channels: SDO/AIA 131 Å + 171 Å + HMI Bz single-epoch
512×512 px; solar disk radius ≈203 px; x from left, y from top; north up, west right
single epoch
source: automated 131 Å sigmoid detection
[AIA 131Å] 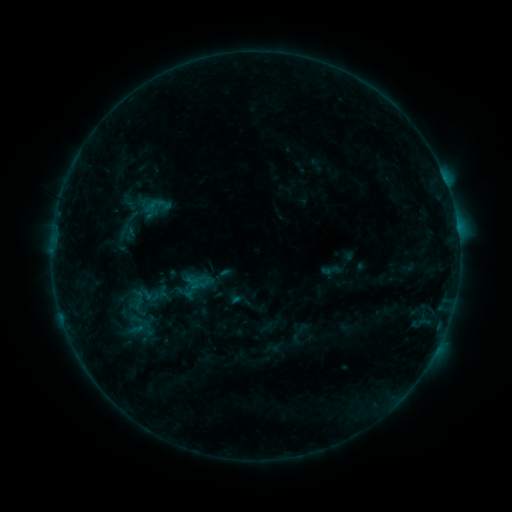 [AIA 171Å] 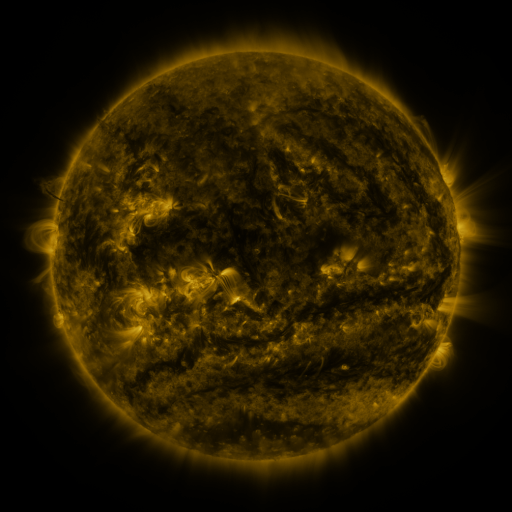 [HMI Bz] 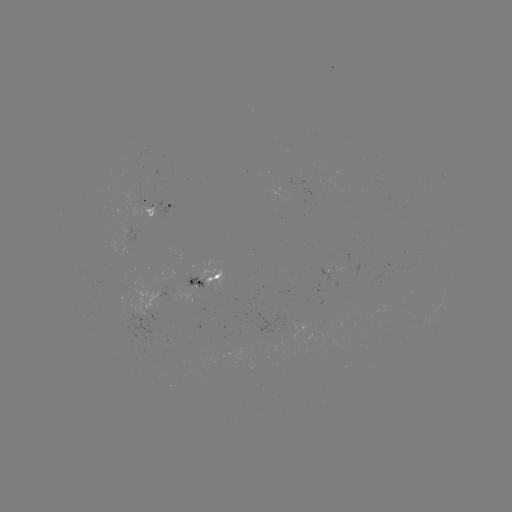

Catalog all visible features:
sigmoid: (155, 204)
sigmoid: (198, 285)
